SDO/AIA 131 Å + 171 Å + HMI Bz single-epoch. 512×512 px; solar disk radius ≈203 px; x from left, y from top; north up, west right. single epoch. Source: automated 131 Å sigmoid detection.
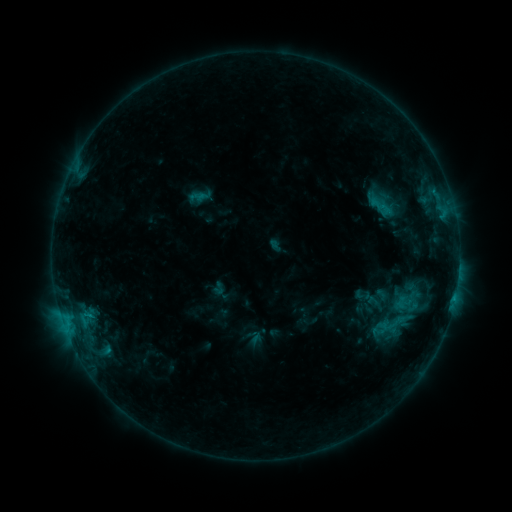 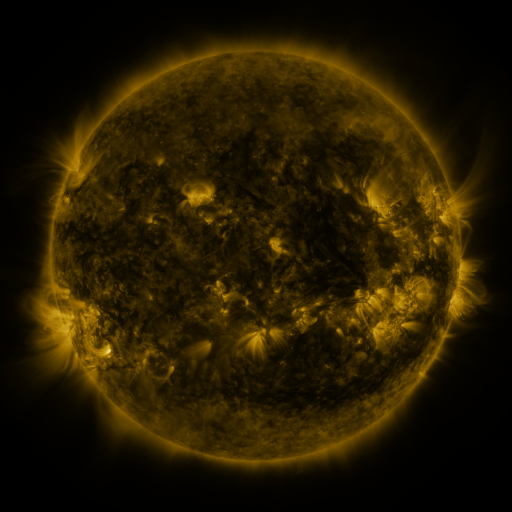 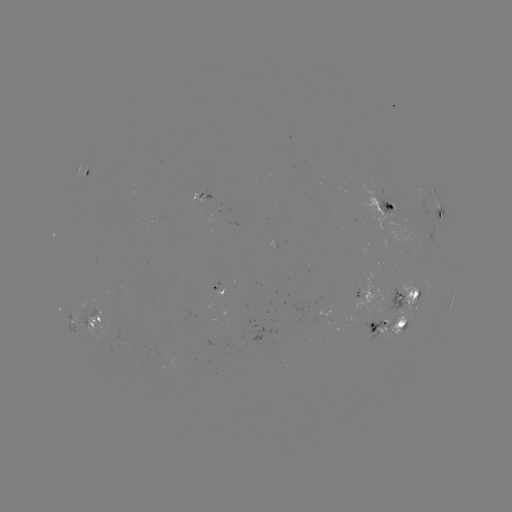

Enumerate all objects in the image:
sigmoid: (388, 314)
